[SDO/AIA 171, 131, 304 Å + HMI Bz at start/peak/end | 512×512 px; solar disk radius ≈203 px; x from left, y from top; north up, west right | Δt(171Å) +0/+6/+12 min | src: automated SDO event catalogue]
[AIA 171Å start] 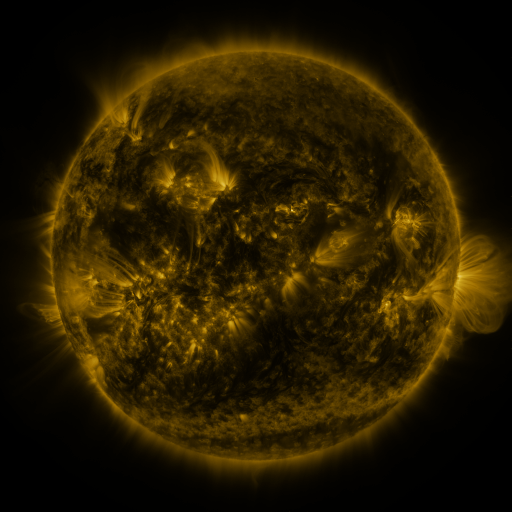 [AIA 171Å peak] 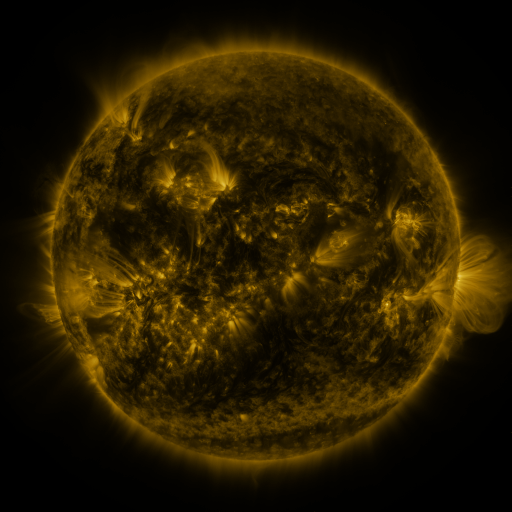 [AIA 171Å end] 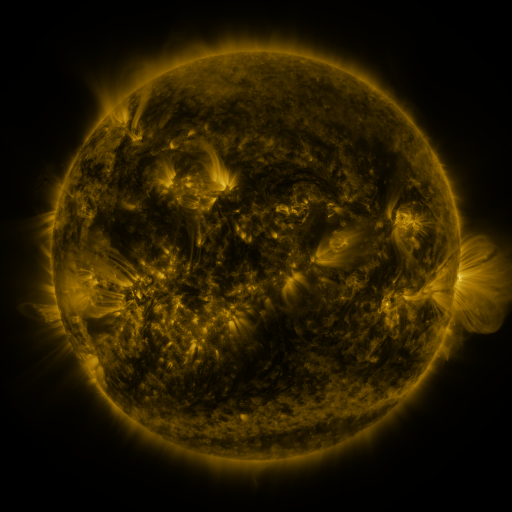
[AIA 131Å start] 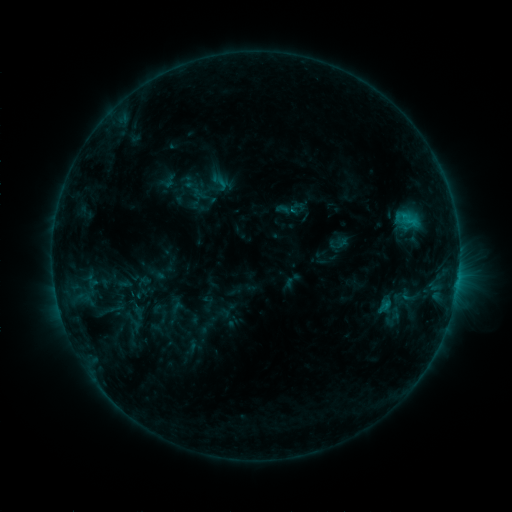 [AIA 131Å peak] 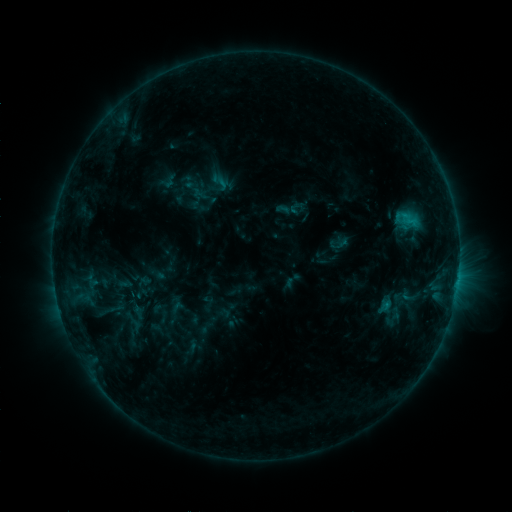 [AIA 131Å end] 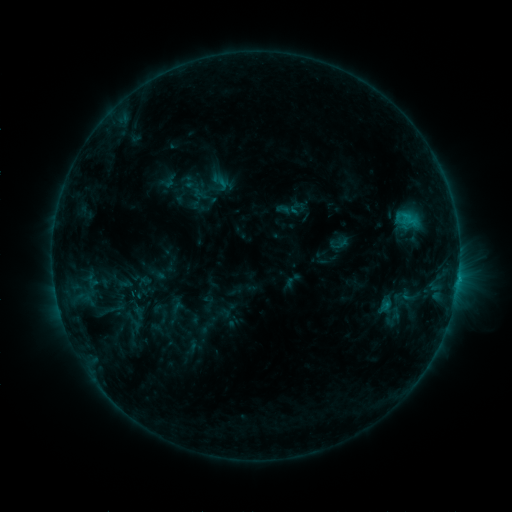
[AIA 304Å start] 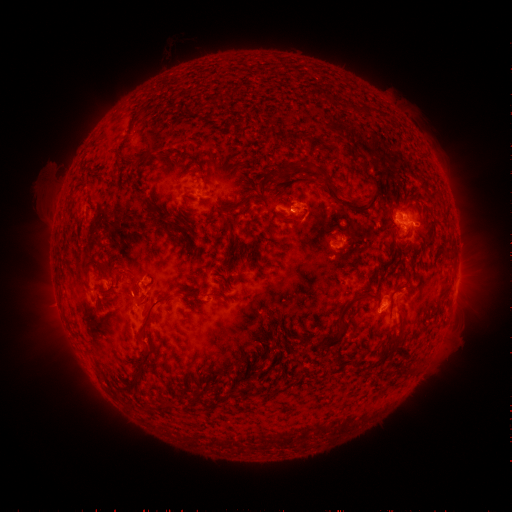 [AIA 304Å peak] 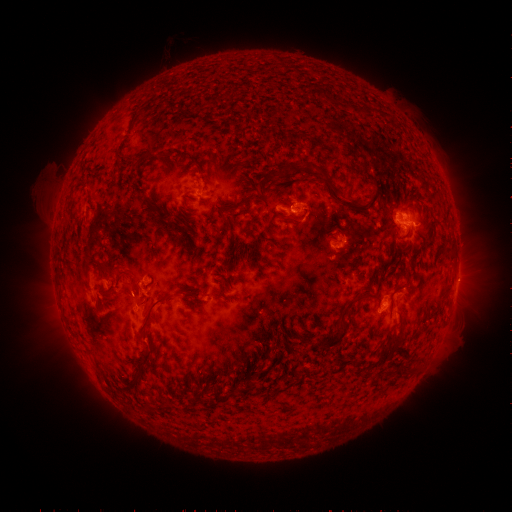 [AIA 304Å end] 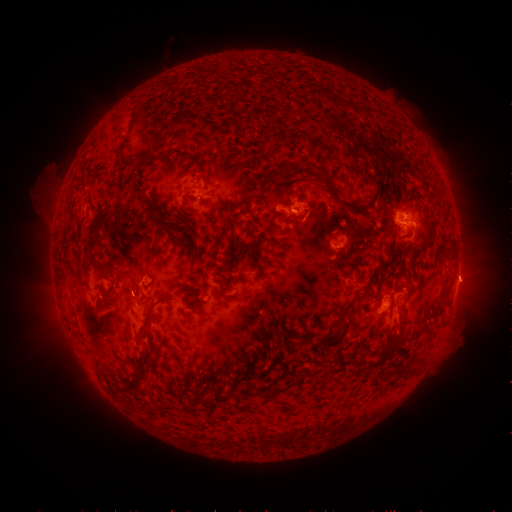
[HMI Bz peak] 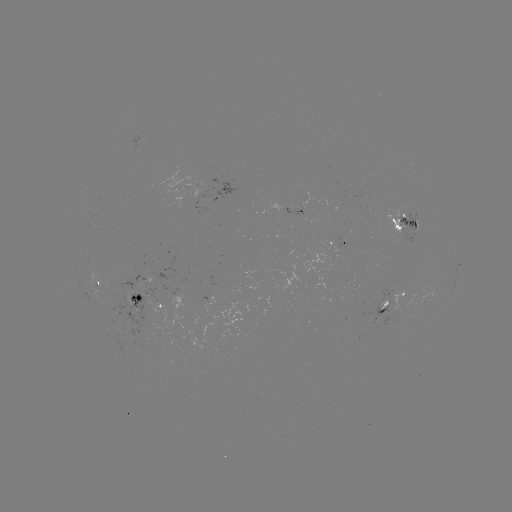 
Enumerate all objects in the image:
eruption: (467, 280)
